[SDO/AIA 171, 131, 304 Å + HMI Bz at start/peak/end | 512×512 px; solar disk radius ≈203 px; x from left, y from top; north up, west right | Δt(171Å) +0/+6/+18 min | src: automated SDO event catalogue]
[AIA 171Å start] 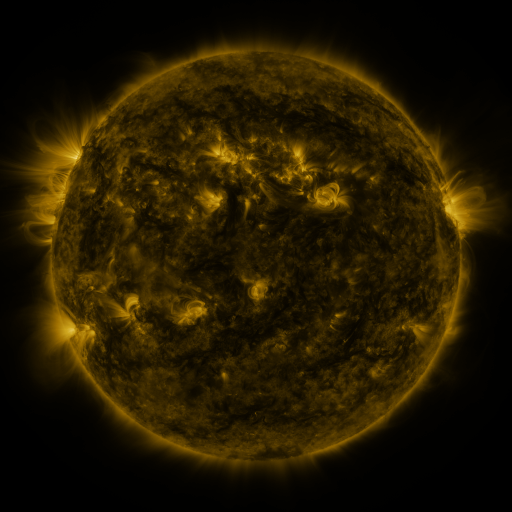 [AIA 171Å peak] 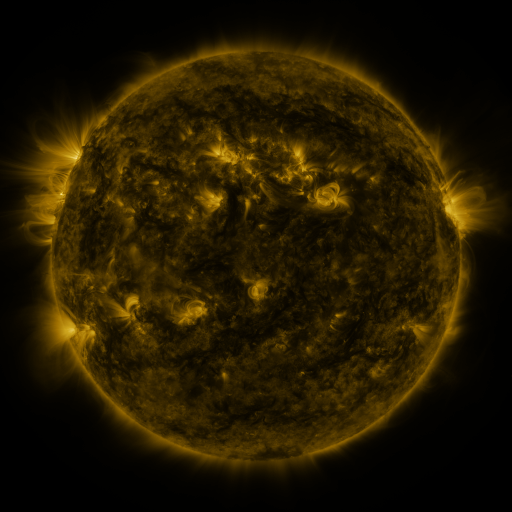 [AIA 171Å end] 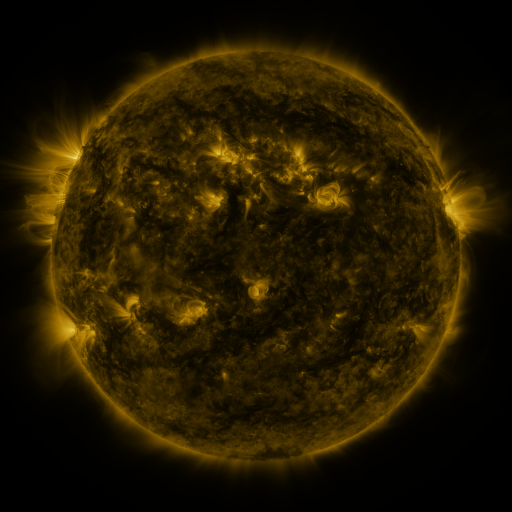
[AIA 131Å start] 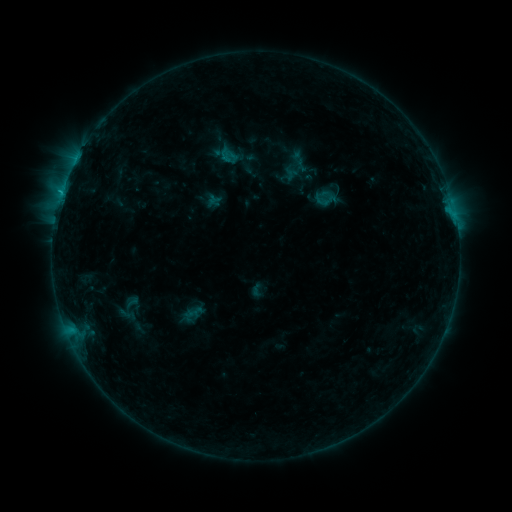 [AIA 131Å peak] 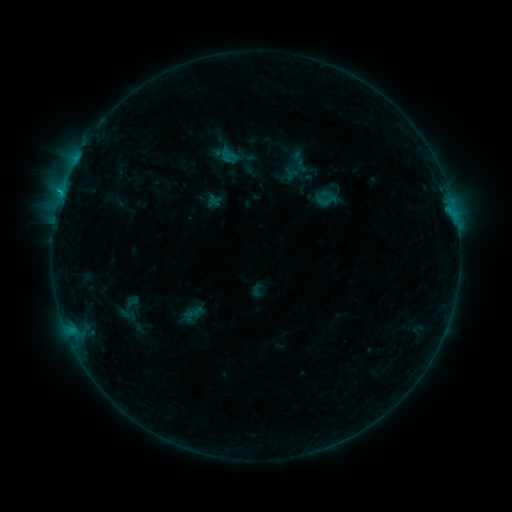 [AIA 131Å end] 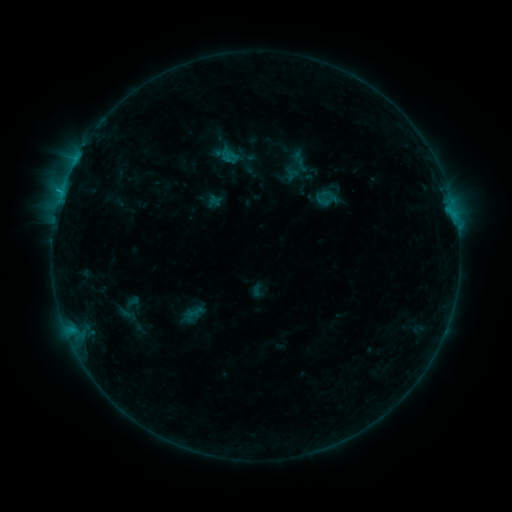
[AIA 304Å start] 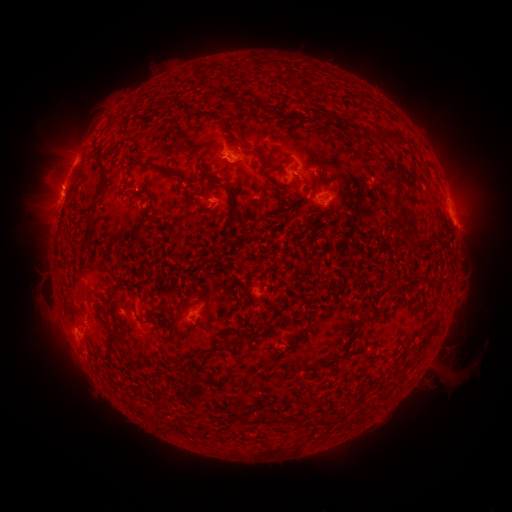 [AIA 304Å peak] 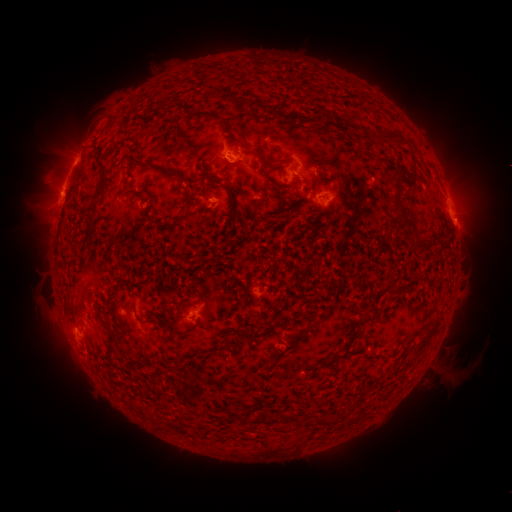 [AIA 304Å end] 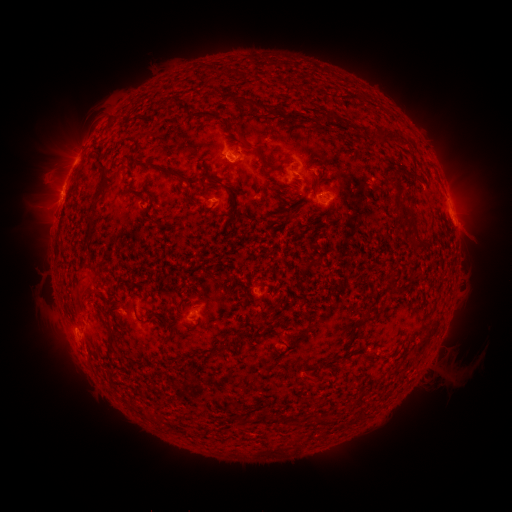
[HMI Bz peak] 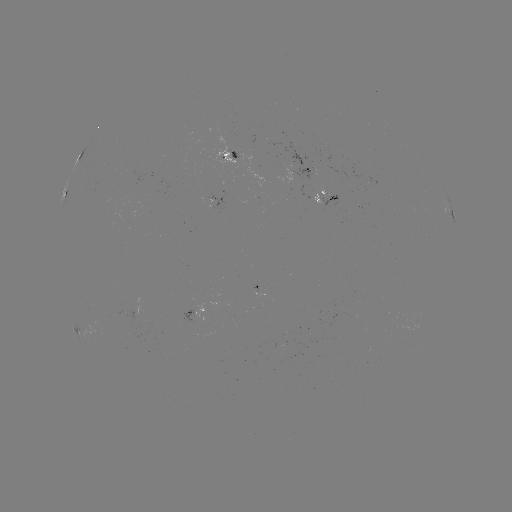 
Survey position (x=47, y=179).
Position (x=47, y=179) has eruption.